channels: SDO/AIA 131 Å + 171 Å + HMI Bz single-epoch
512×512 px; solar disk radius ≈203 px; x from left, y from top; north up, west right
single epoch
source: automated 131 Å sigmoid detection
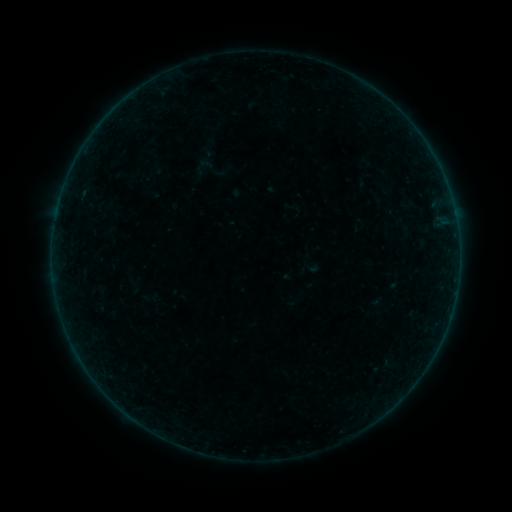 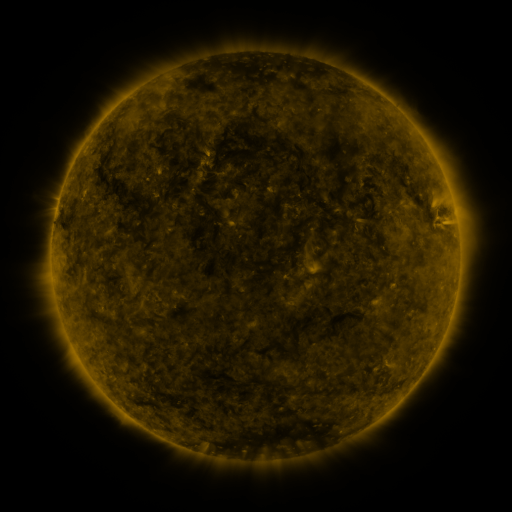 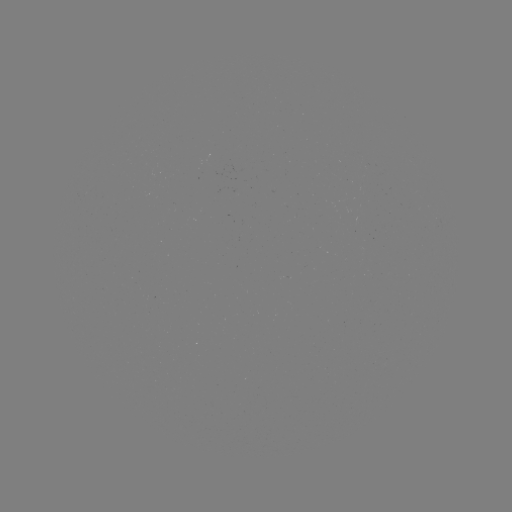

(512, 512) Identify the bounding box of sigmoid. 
[192, 156, 215, 179].